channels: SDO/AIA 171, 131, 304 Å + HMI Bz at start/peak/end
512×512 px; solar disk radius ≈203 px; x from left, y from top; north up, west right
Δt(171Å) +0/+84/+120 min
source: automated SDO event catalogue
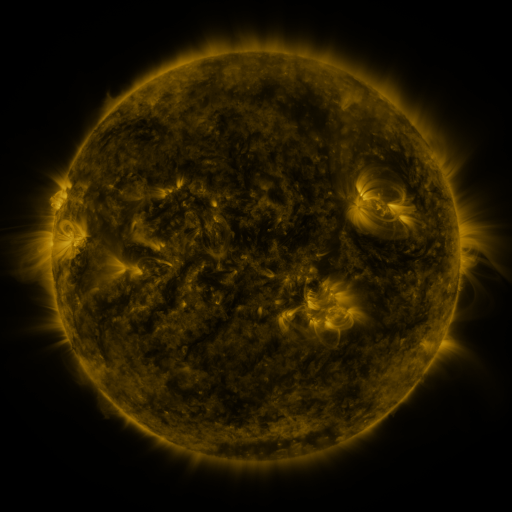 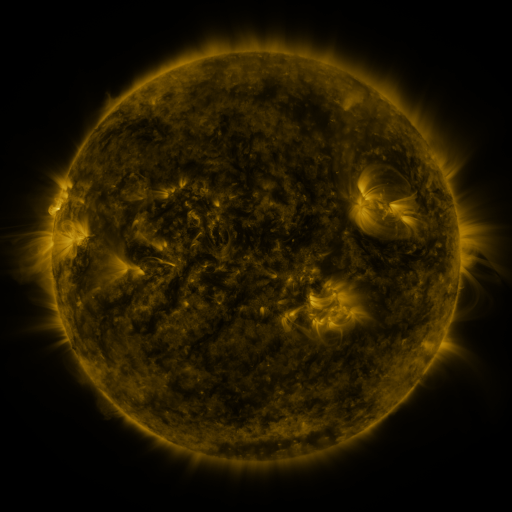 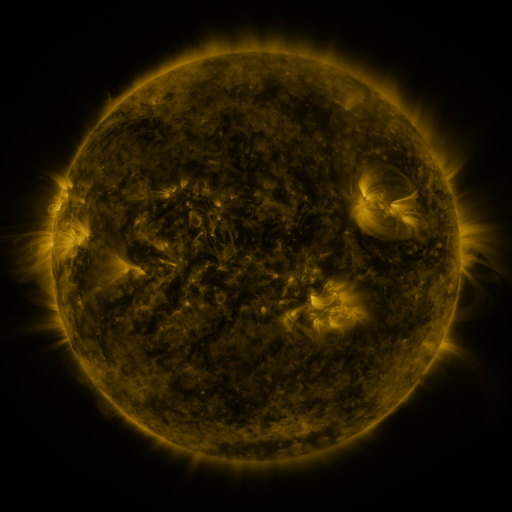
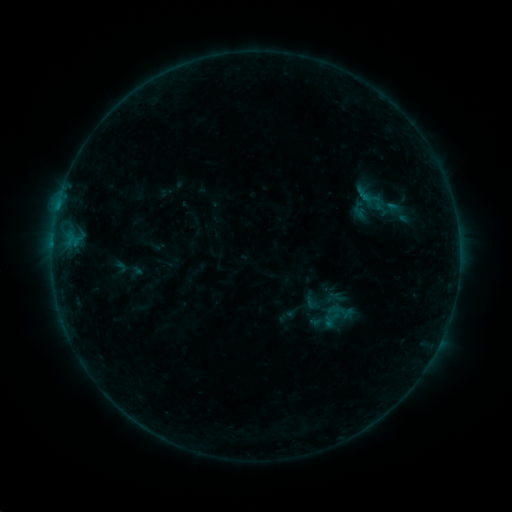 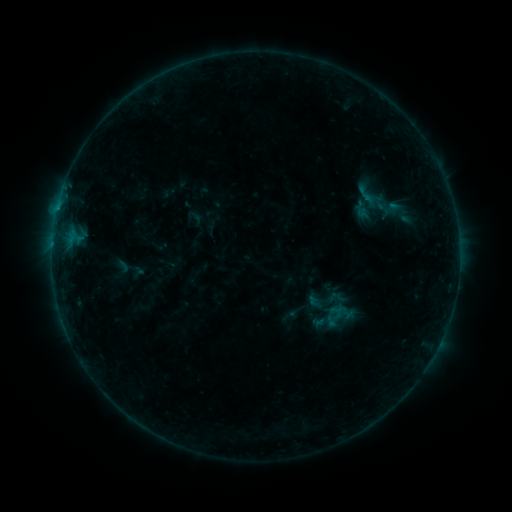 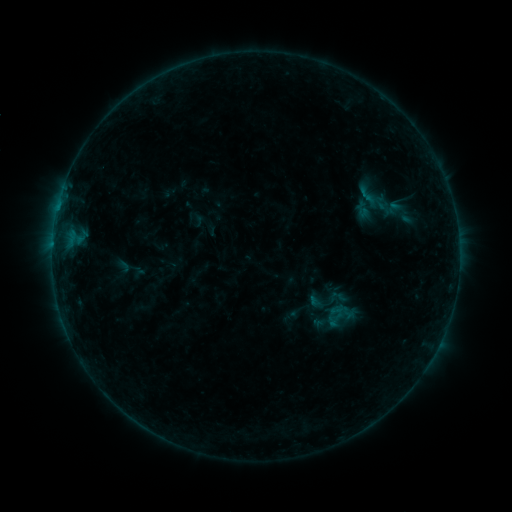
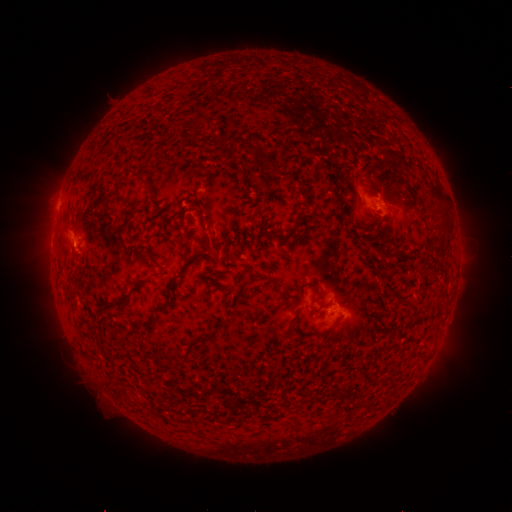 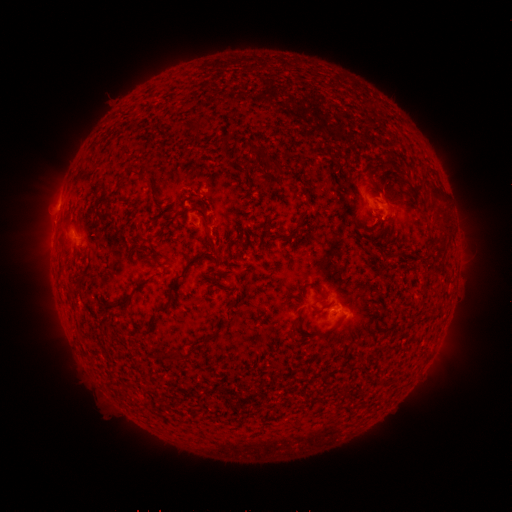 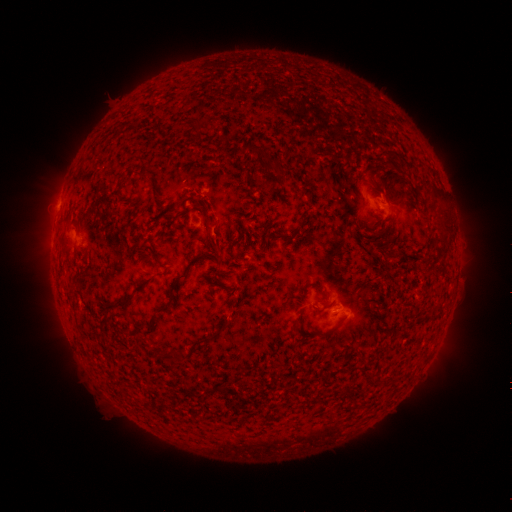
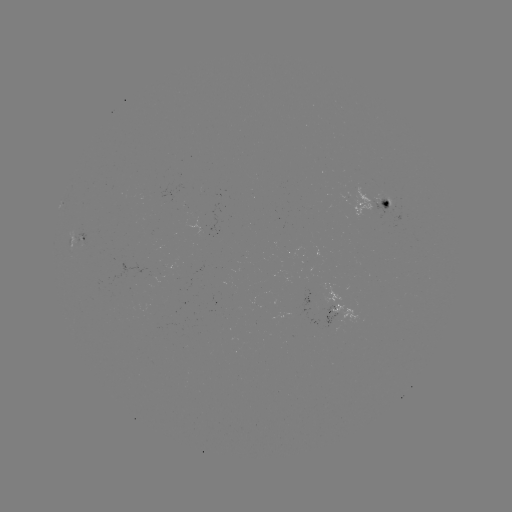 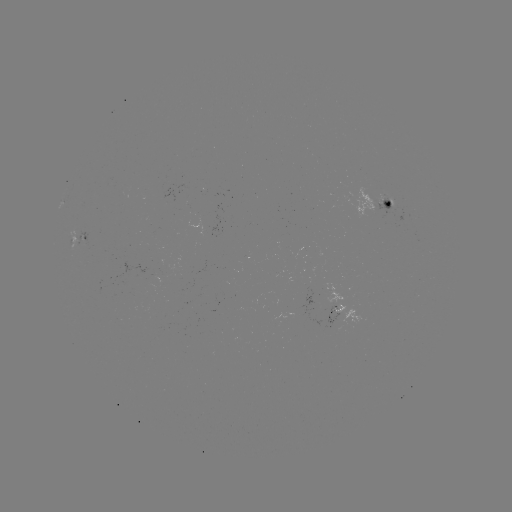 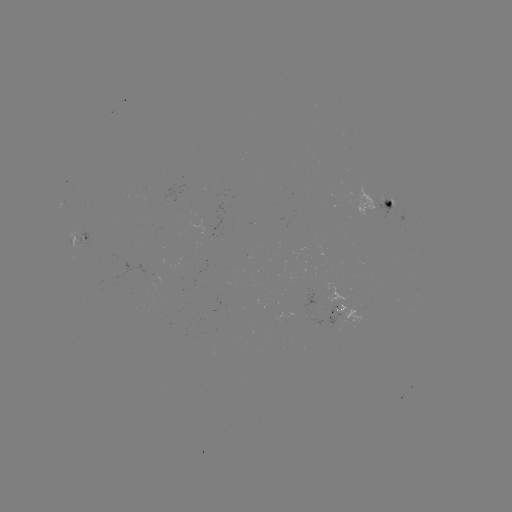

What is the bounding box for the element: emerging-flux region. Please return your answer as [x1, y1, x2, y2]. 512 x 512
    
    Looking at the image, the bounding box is [375, 196, 395, 221].